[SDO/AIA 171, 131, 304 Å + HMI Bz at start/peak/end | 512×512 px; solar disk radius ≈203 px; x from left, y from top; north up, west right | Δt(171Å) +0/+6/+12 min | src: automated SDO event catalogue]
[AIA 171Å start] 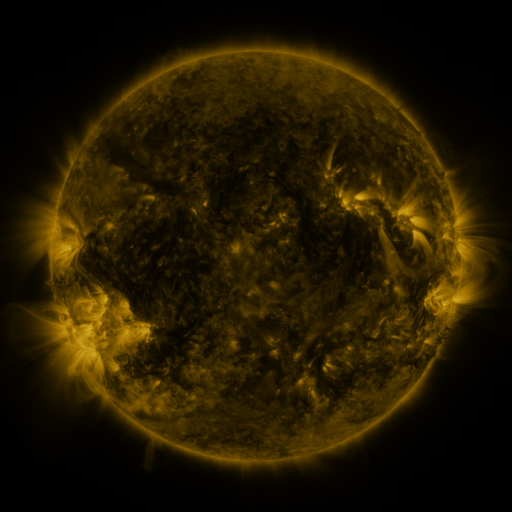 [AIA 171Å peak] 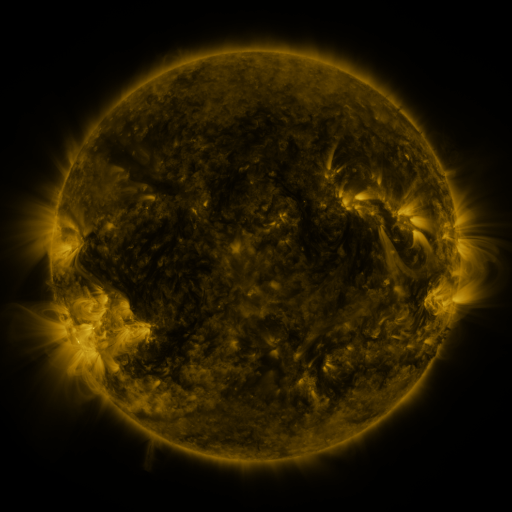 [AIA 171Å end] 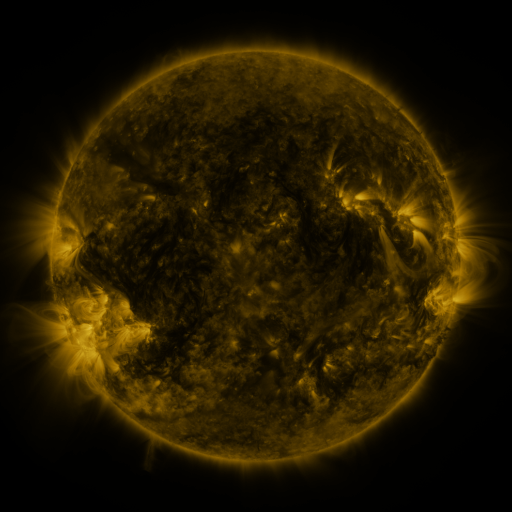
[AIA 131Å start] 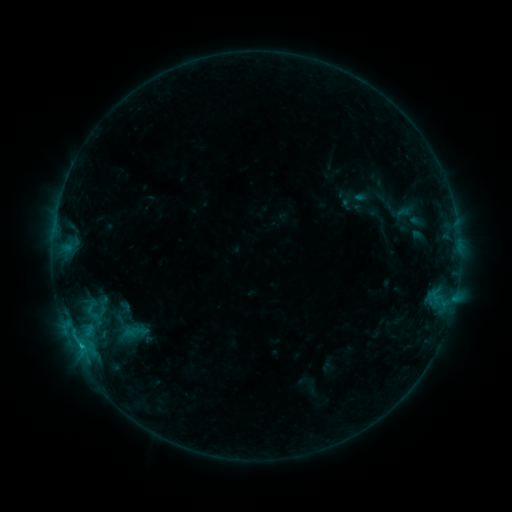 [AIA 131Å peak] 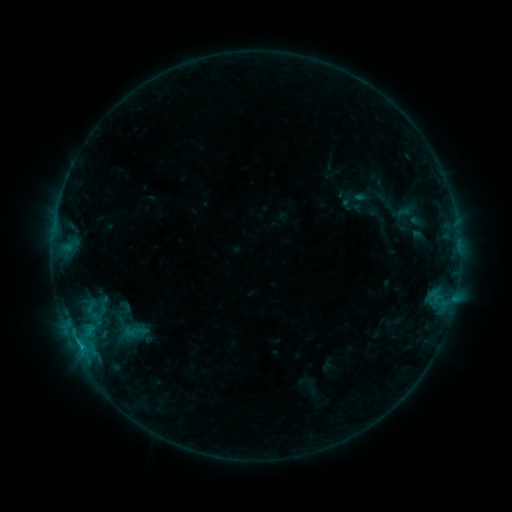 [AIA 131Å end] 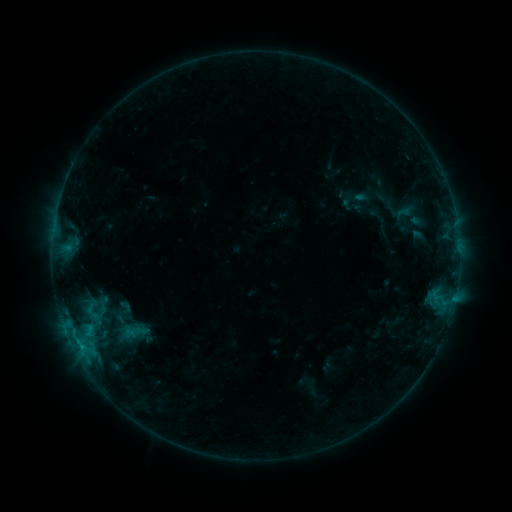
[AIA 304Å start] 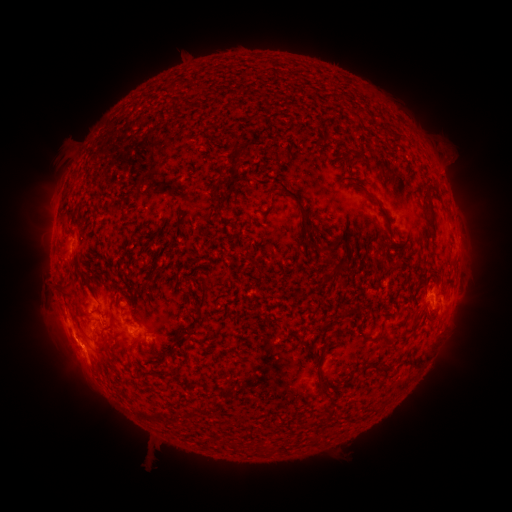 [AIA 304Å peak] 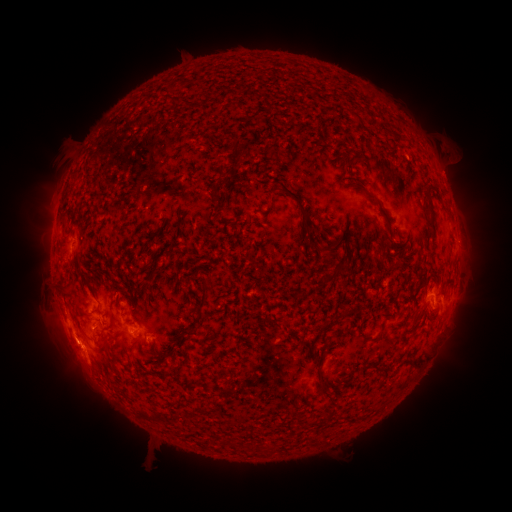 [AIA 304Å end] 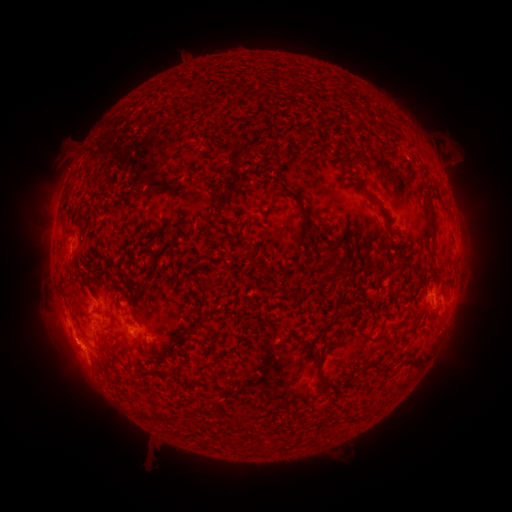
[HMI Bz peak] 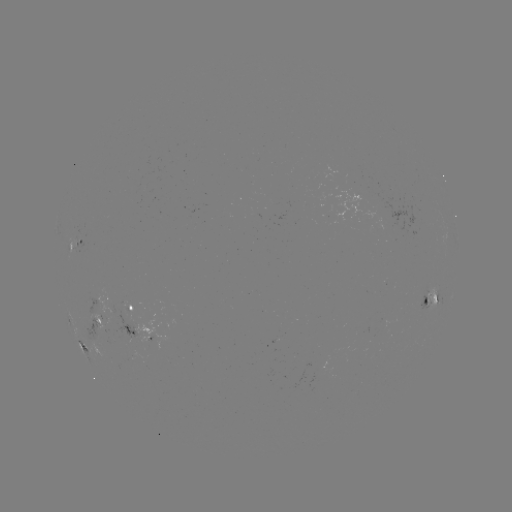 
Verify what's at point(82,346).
B6.9 flare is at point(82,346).